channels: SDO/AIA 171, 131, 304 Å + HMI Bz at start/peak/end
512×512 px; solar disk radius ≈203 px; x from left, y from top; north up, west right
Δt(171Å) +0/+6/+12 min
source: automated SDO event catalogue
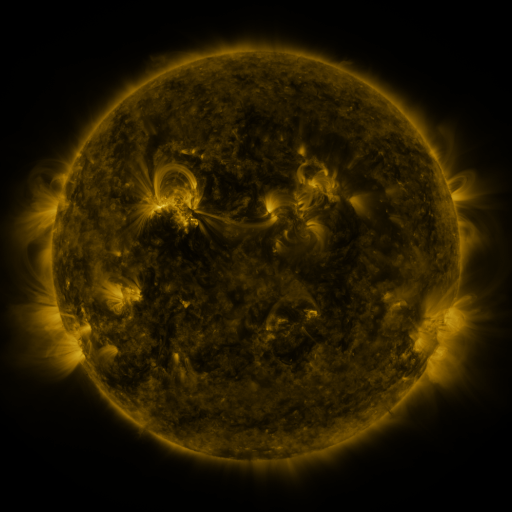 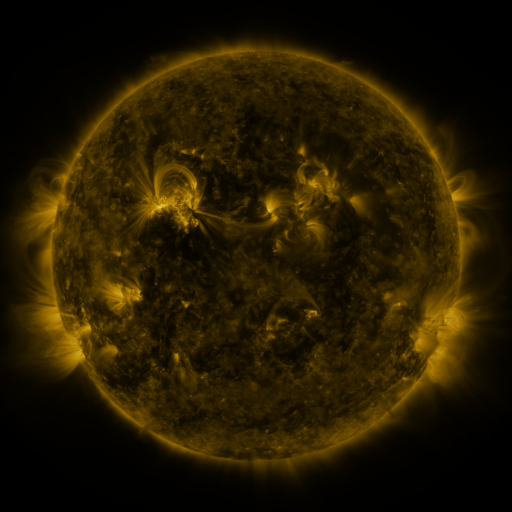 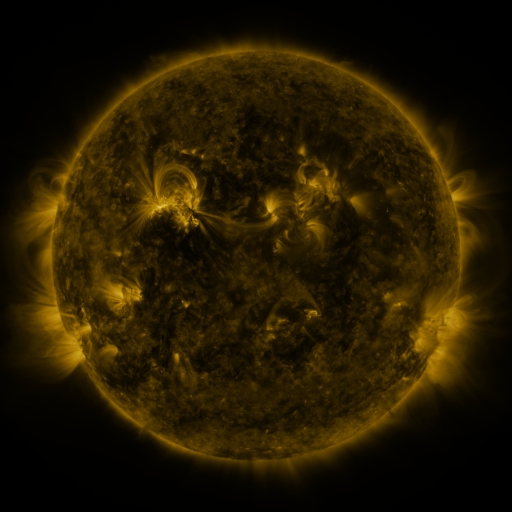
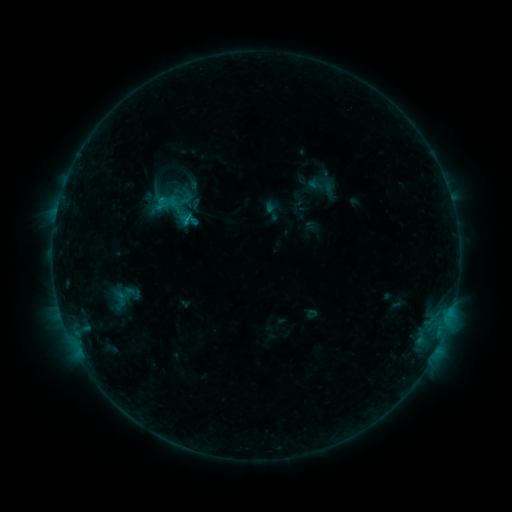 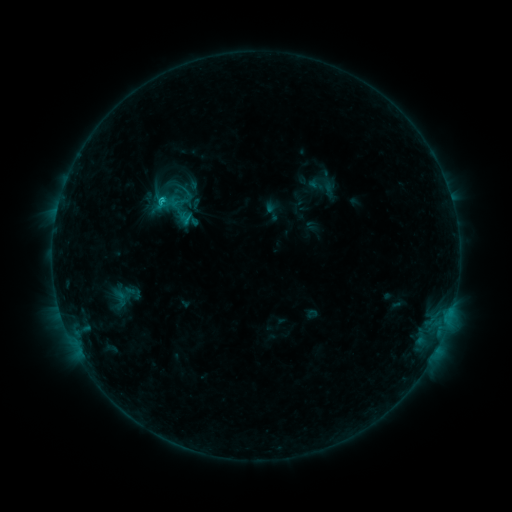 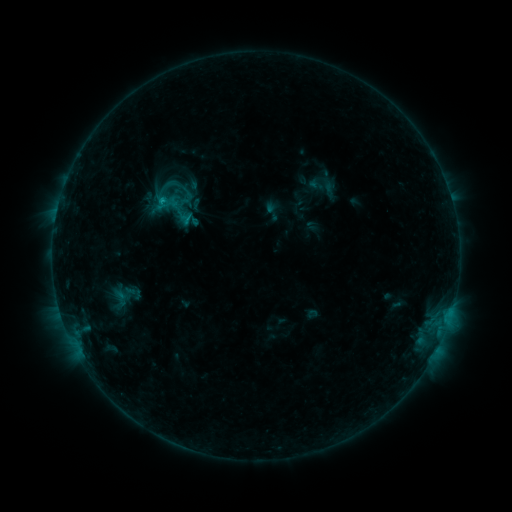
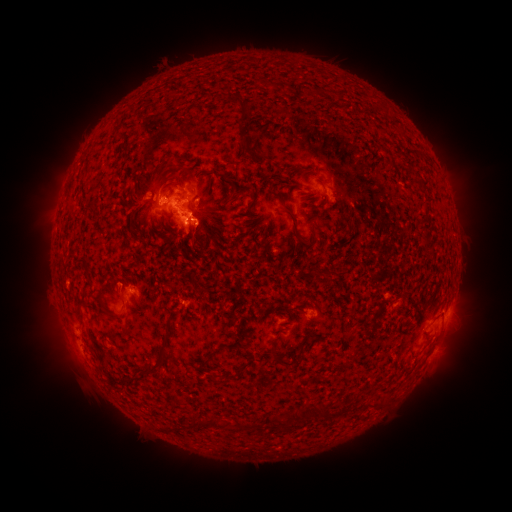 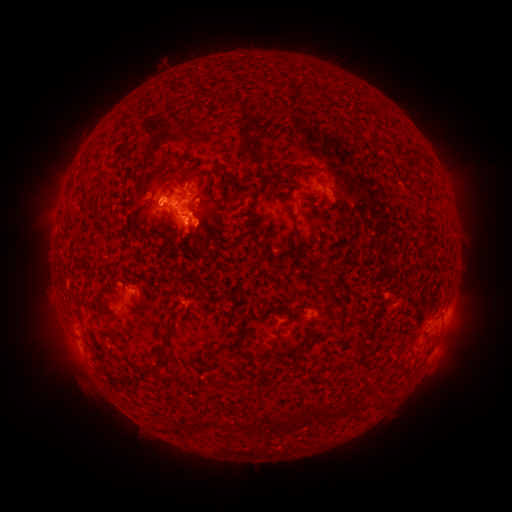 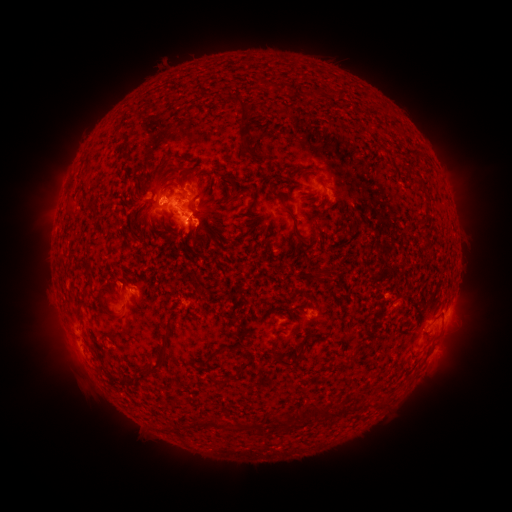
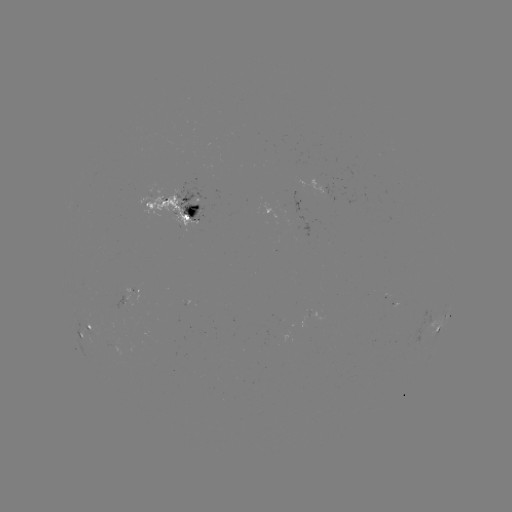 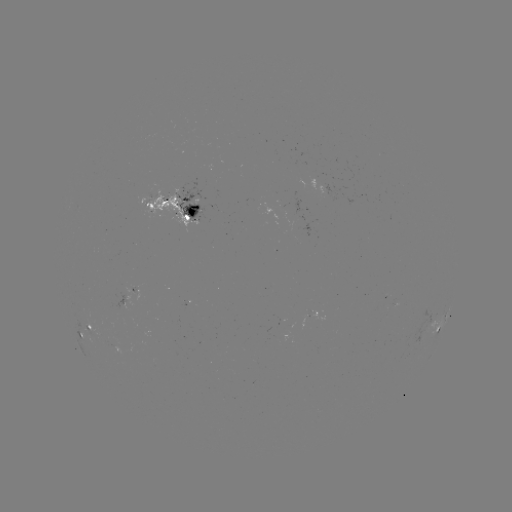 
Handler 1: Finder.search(C1.5 flare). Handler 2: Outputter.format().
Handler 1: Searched C1.5 flare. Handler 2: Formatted (165, 200).